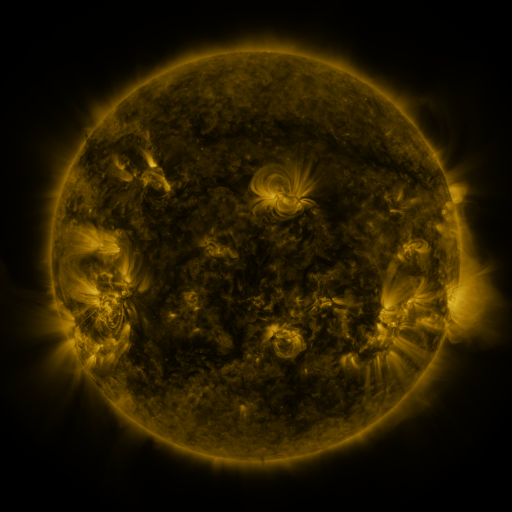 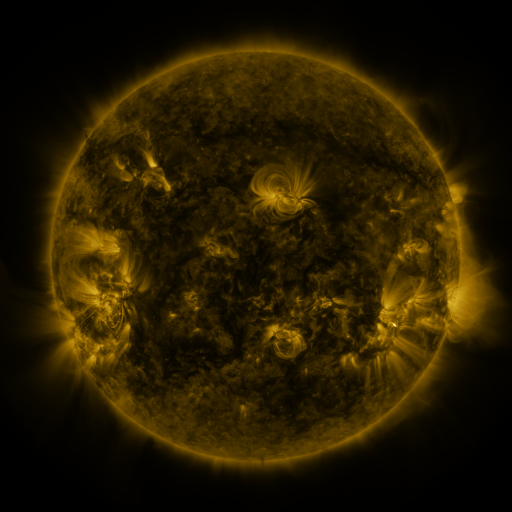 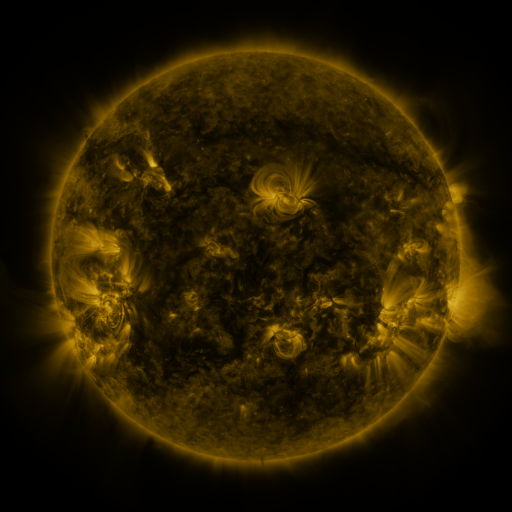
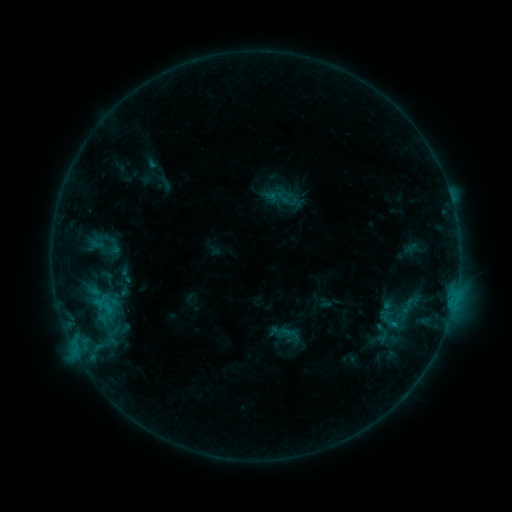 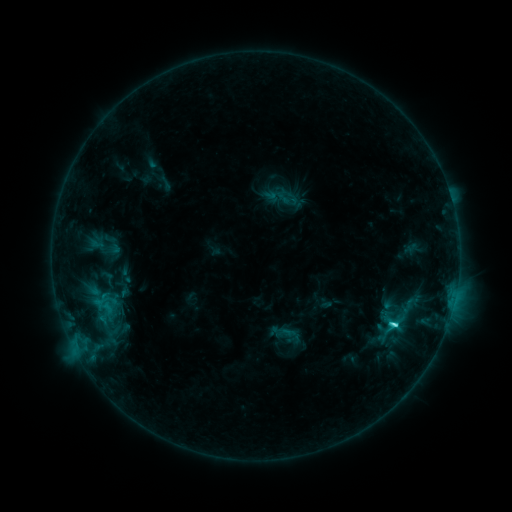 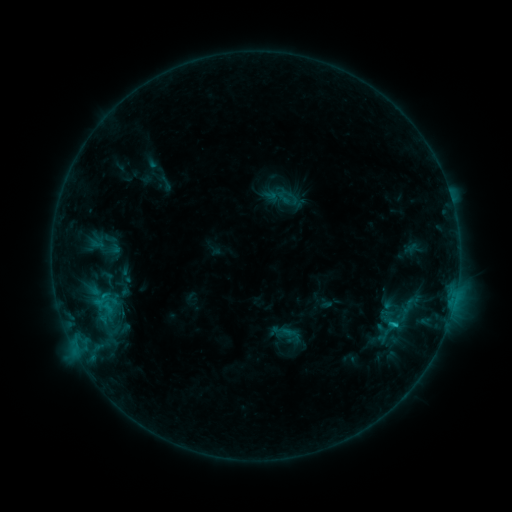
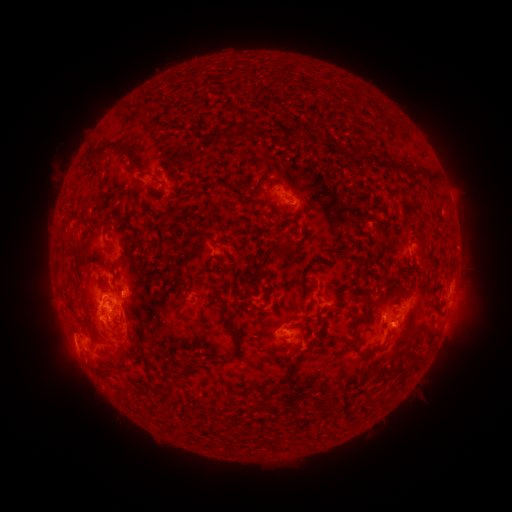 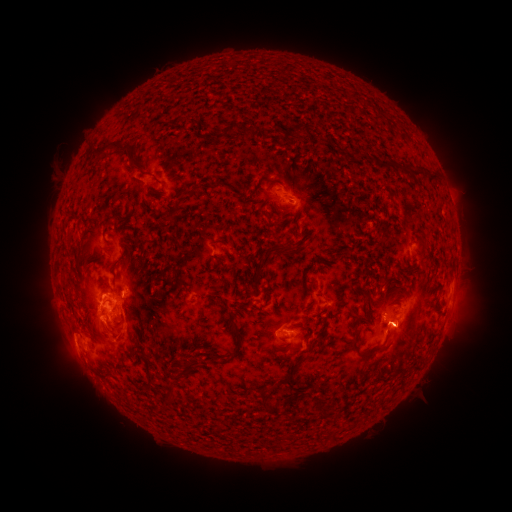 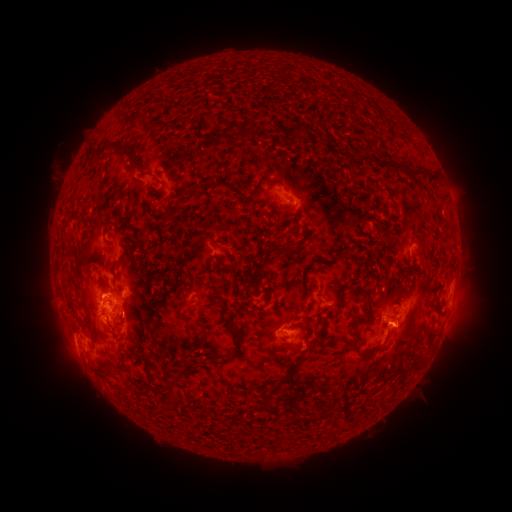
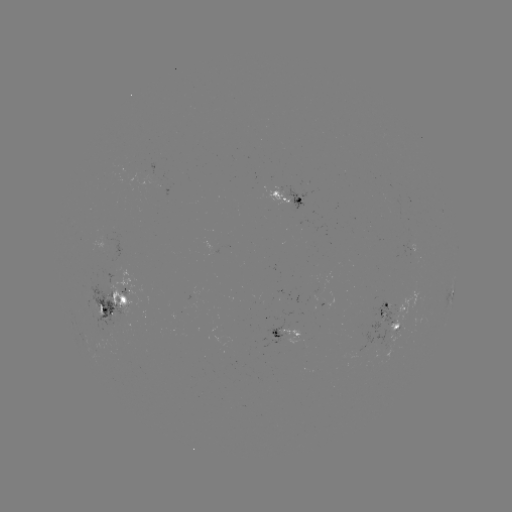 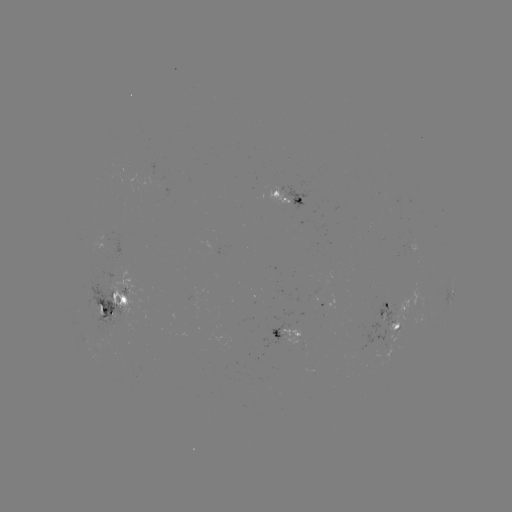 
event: flare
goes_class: C3.5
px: (392, 321)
